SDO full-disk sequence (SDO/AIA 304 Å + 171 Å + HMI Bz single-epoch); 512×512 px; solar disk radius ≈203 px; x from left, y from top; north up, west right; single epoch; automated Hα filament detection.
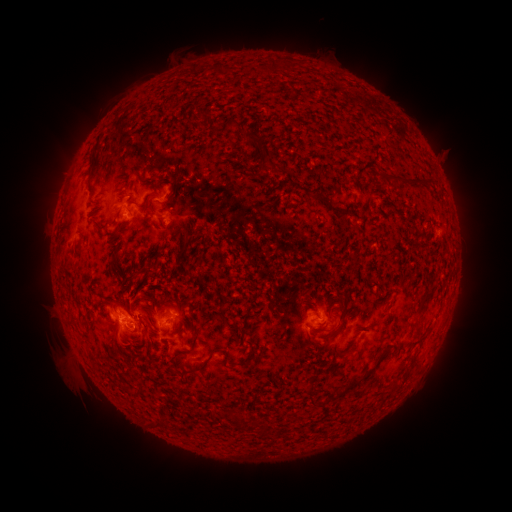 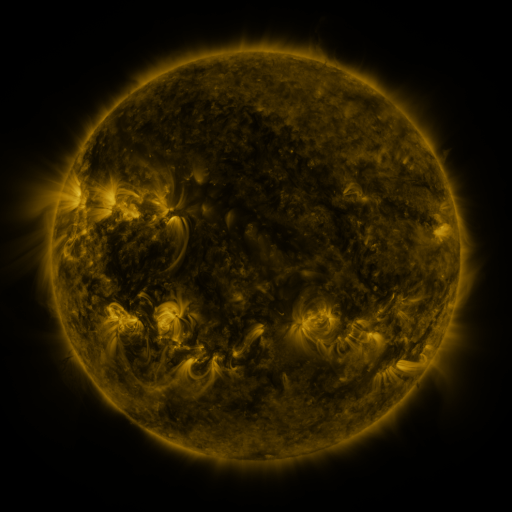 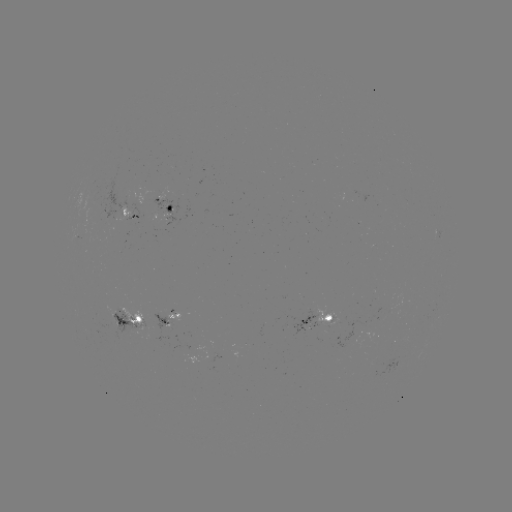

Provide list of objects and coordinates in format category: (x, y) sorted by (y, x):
filament: (243, 129)
filament: (143, 180)
filament: (406, 182)
filament: (321, 198)
filament: (147, 202)
filament: (102, 227)
filament: (354, 260)
filament: (427, 299)
filament: (341, 326)
filament: (326, 330)
filament: (117, 338)
filament: (341, 355)
filament: (207, 359)
filament: (348, 388)
